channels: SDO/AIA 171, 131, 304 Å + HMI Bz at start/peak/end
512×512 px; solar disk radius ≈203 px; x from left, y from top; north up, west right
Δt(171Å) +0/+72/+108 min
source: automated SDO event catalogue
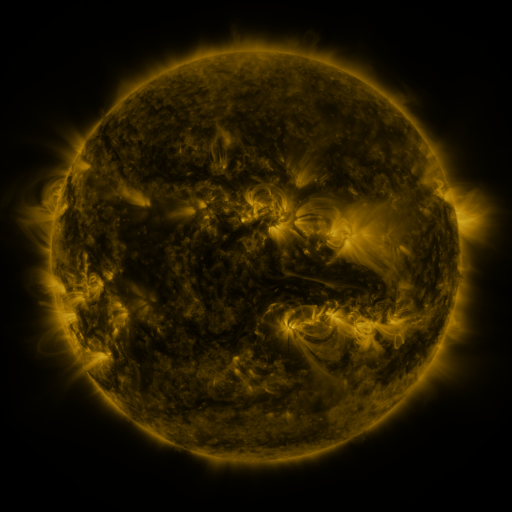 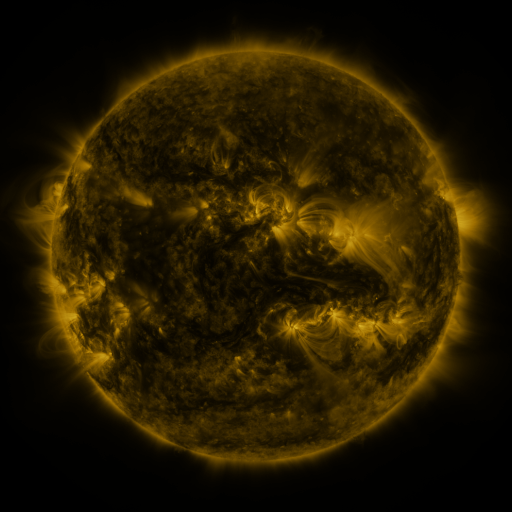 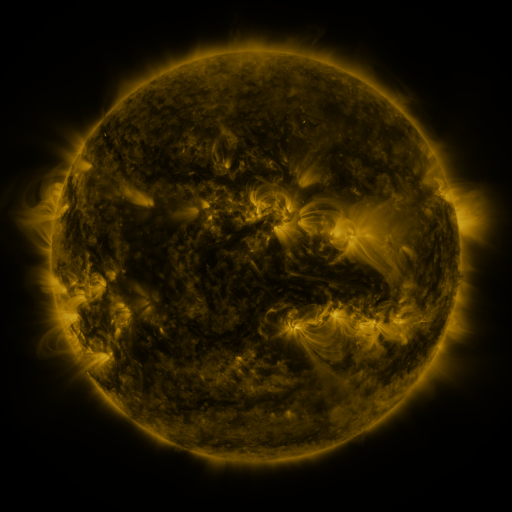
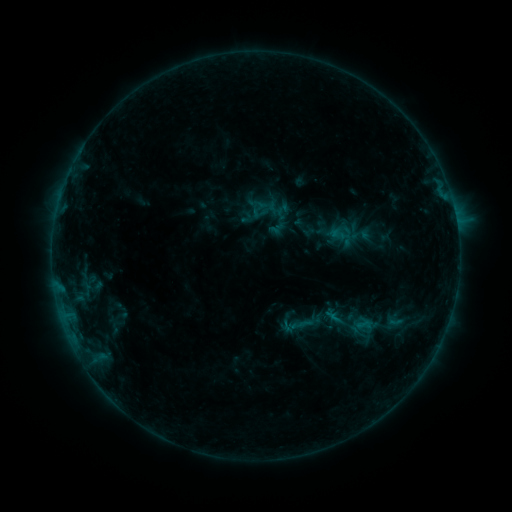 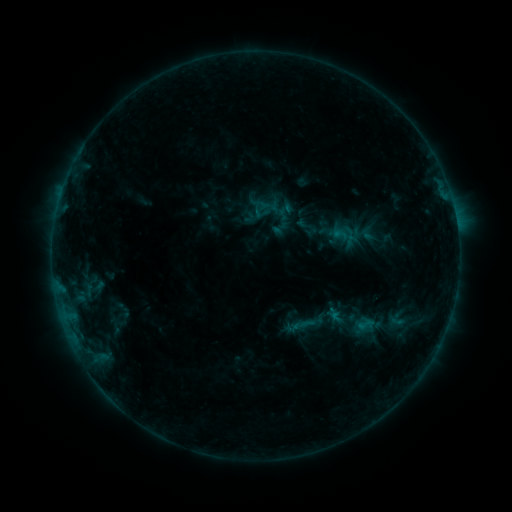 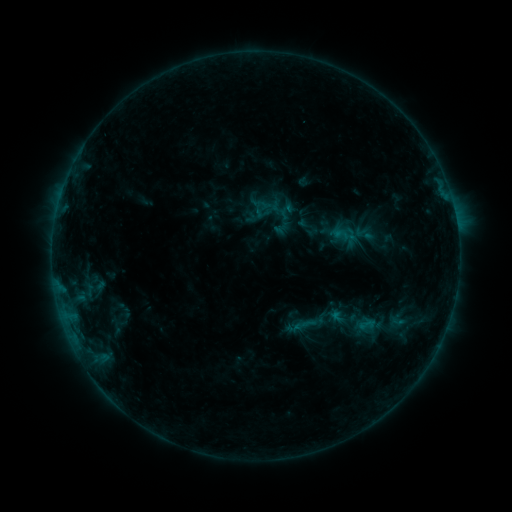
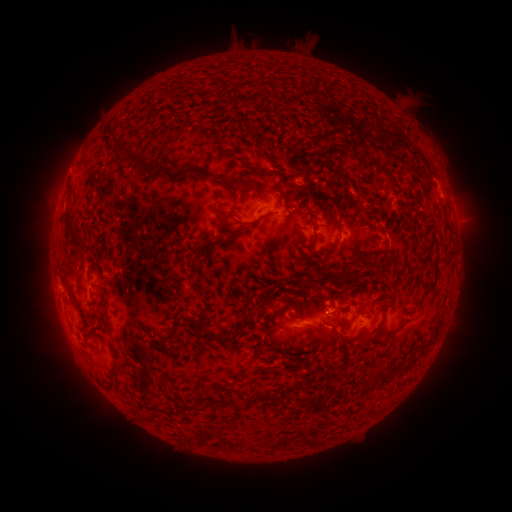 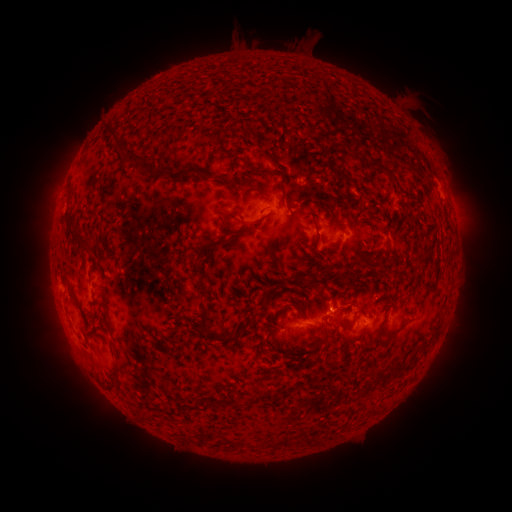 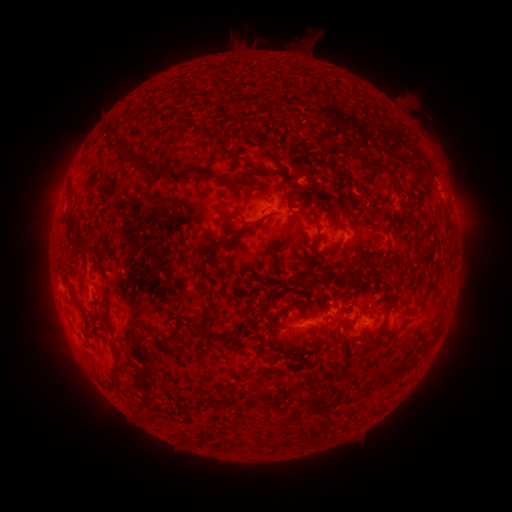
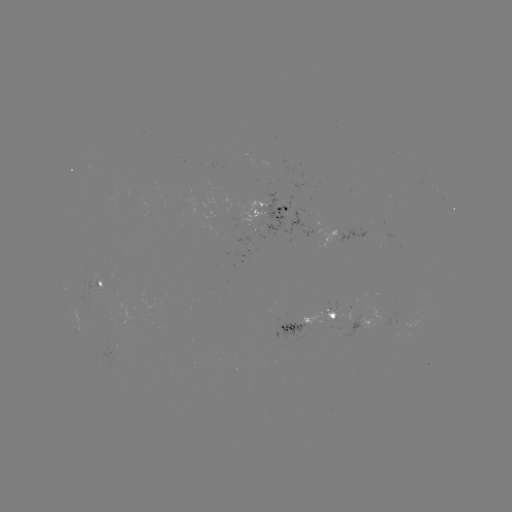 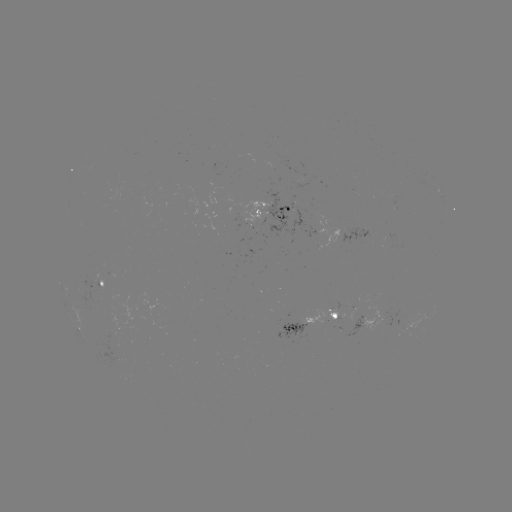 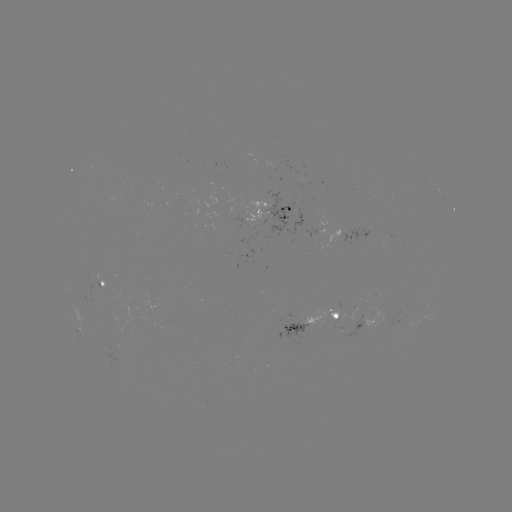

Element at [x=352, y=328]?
emerging-flux region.